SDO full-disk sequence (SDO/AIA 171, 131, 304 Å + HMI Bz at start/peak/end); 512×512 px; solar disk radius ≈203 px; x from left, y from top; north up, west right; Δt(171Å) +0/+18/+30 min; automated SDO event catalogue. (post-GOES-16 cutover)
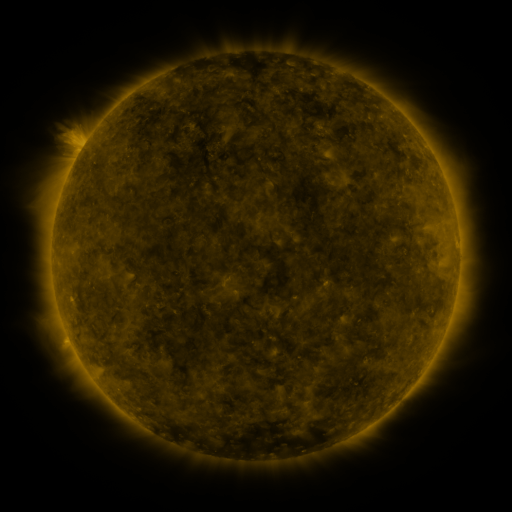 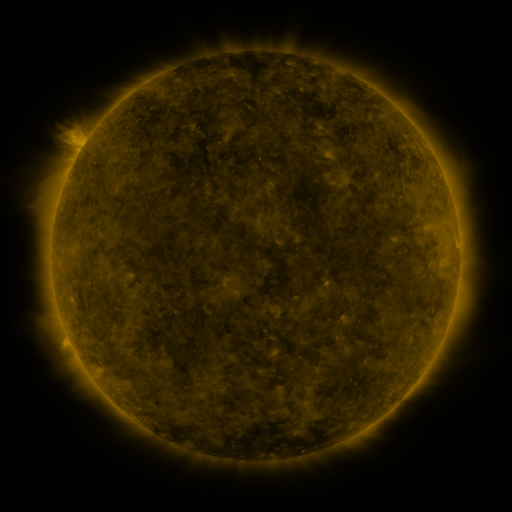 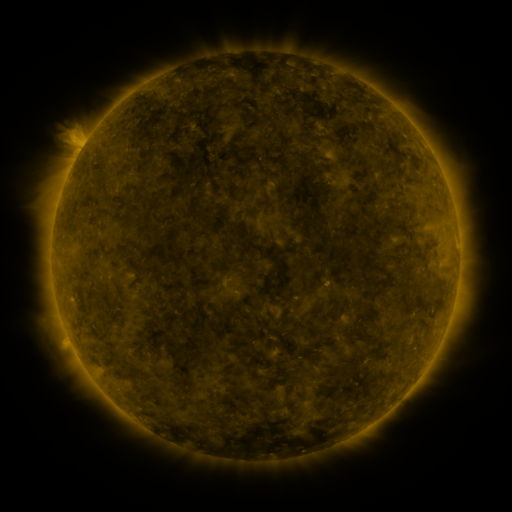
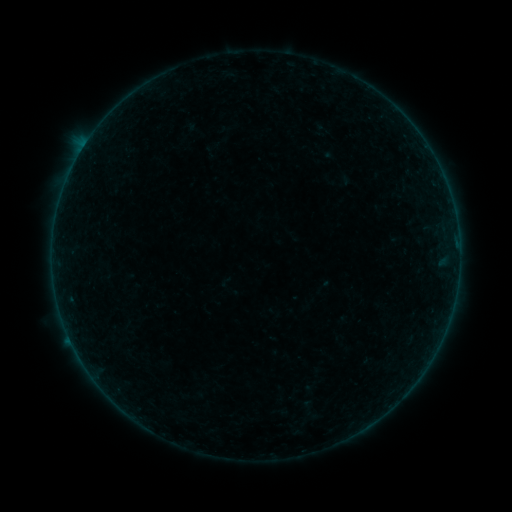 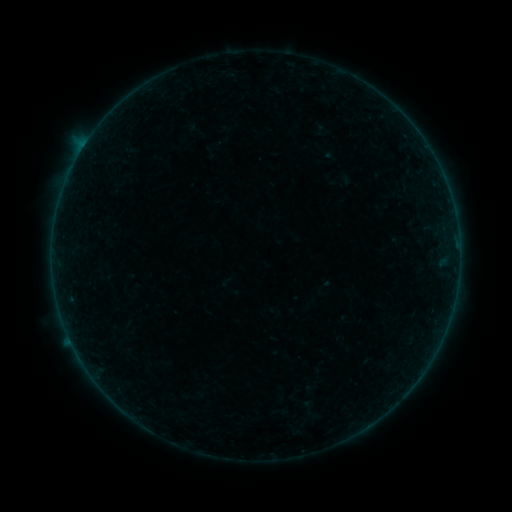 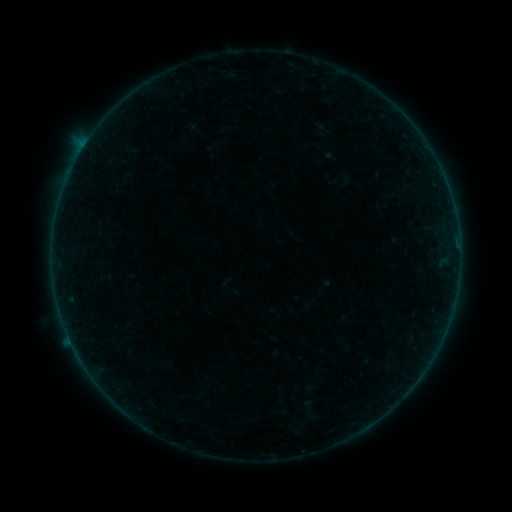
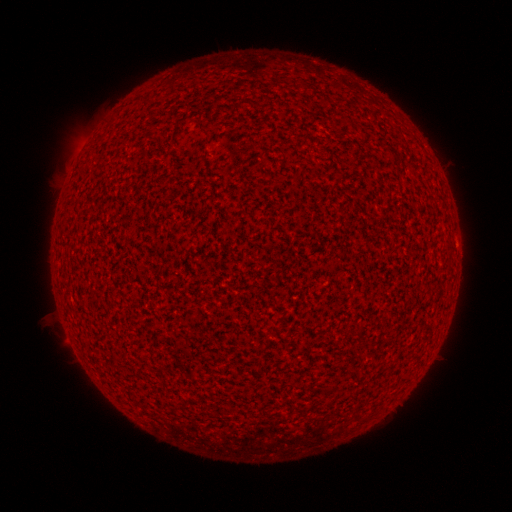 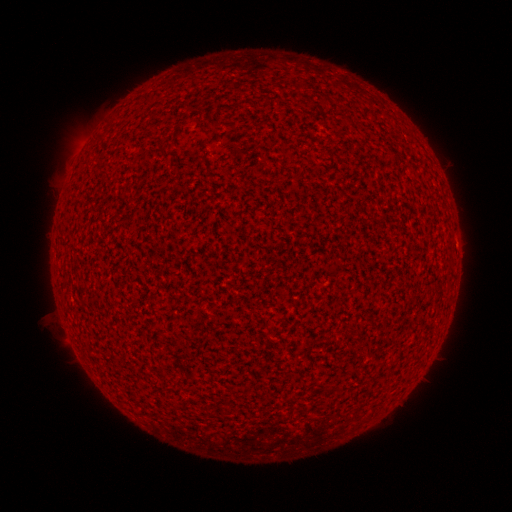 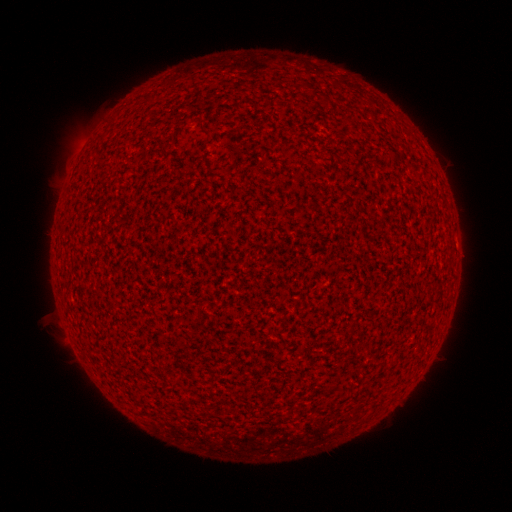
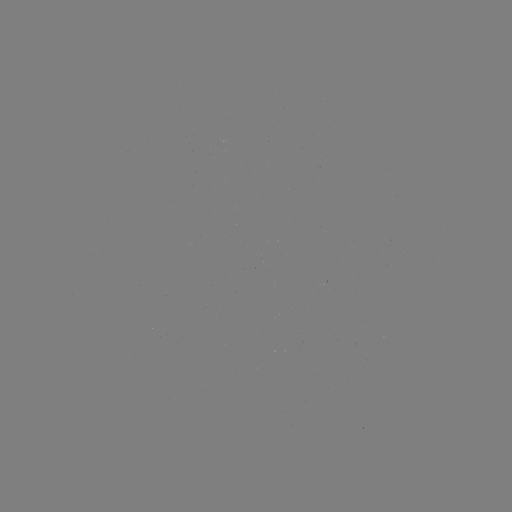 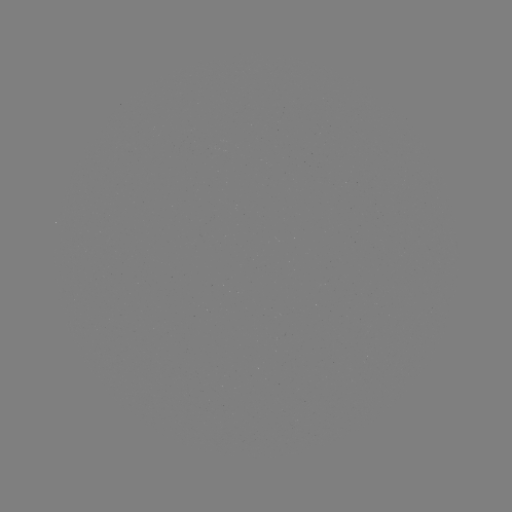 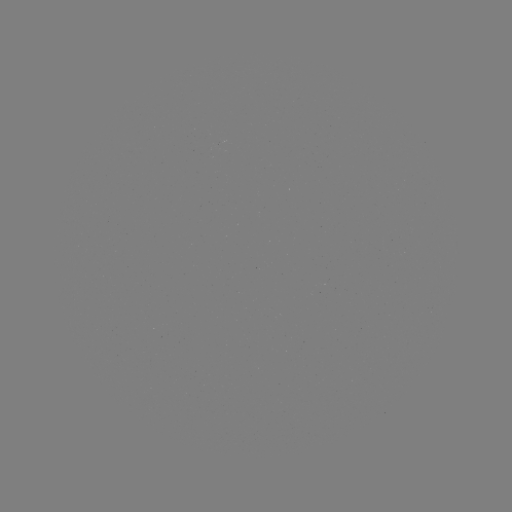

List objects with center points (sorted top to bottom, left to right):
A7.9 flare: (81, 151)
